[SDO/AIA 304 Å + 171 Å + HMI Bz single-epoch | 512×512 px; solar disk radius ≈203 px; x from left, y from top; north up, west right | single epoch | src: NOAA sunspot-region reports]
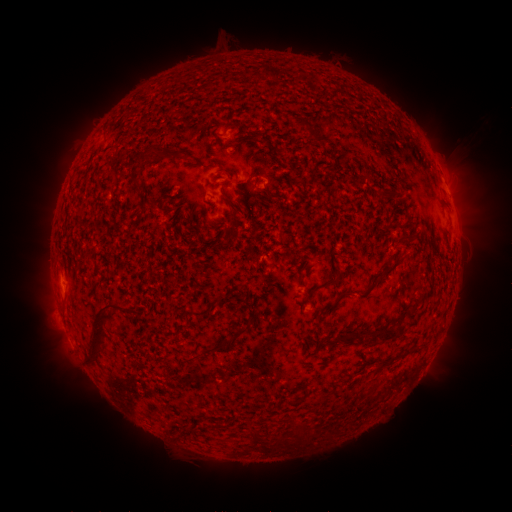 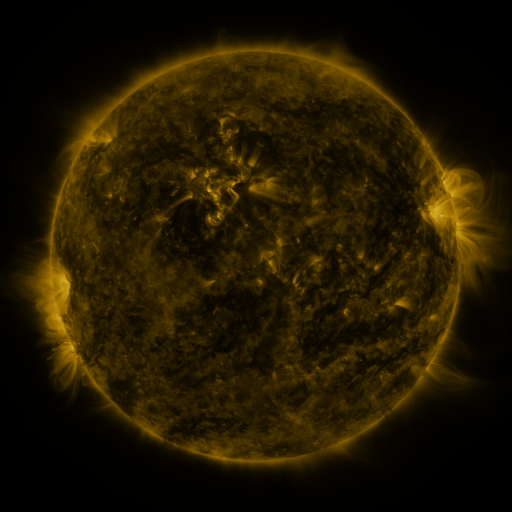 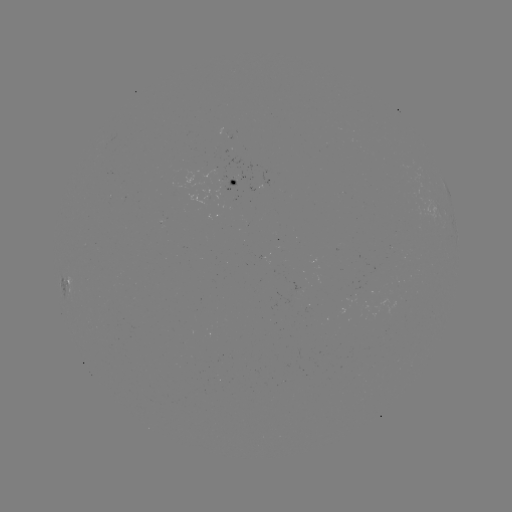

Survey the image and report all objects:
spotted active region: (242, 183)
spotted active region: (266, 183)
spotted active region: (449, 194)
spotted active region: (72, 285)
spotted active region: (306, 292)
